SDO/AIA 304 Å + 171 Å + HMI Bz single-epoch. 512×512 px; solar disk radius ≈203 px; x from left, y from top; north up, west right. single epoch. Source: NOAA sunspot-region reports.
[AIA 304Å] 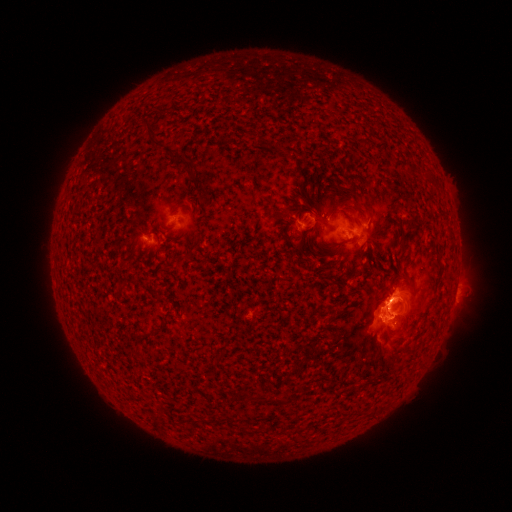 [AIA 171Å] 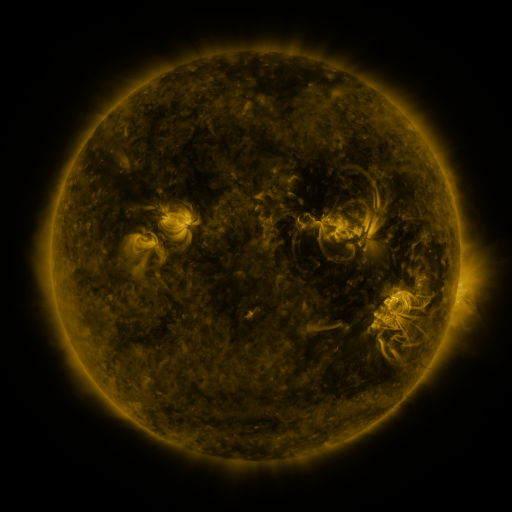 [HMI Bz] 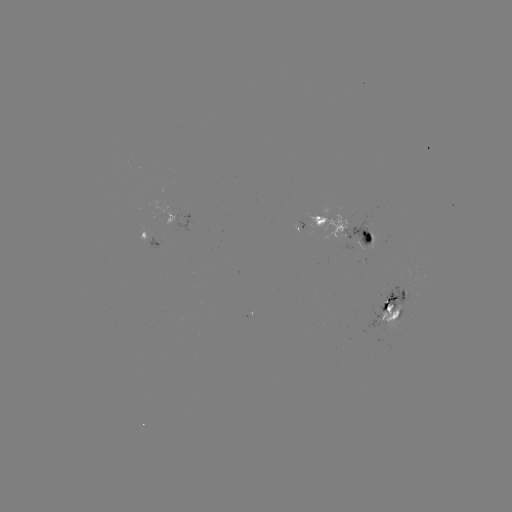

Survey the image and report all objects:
spotted active region: (173, 215)
spotted active region: (348, 229)
spotted active region: (152, 239)
spotted active region: (398, 305)
